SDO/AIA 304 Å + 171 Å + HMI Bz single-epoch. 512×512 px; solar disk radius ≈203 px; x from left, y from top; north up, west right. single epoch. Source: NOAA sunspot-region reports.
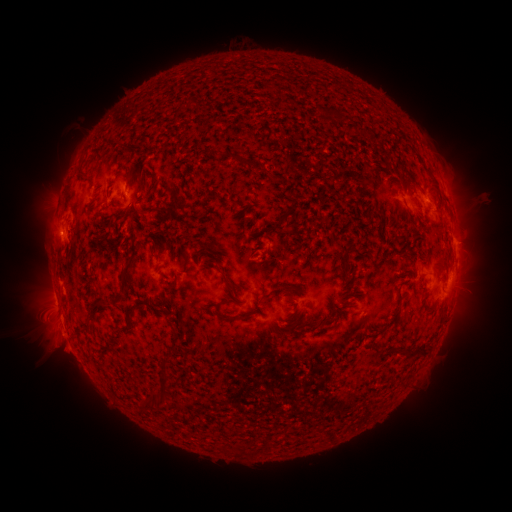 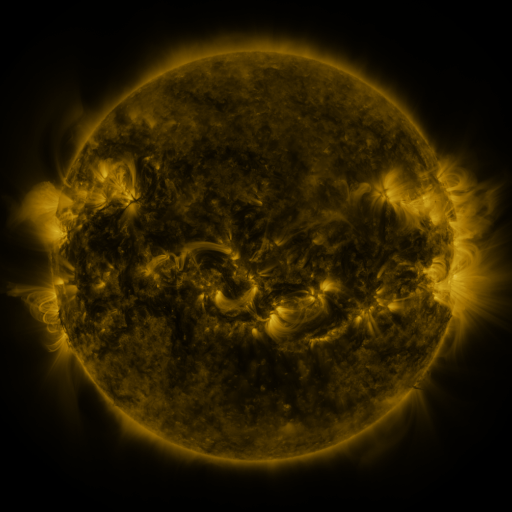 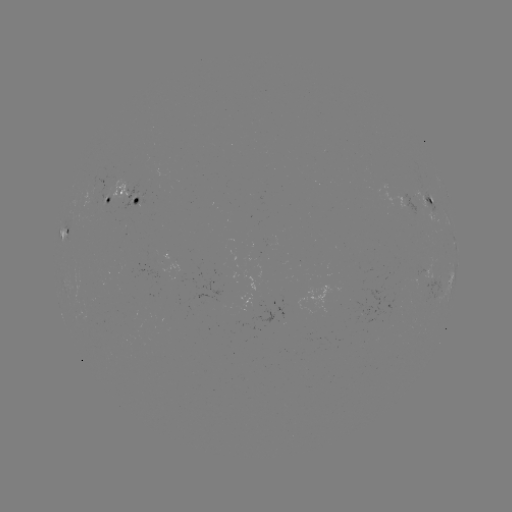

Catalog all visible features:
spotted active region: (130, 197)
spotted active region: (110, 199)
spotted active region: (431, 200)
spotted active region: (64, 235)
spotted active region: (454, 237)
spotted active region: (447, 281)
